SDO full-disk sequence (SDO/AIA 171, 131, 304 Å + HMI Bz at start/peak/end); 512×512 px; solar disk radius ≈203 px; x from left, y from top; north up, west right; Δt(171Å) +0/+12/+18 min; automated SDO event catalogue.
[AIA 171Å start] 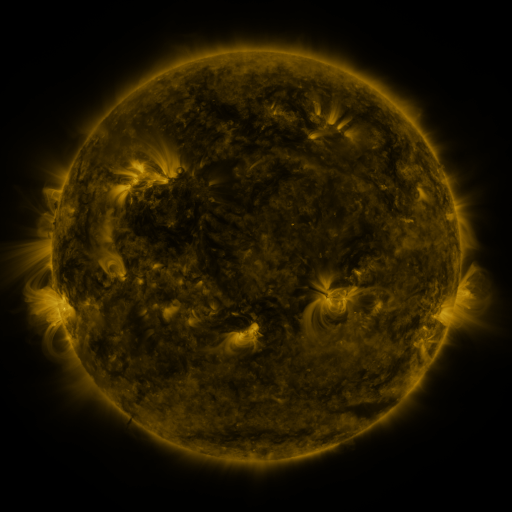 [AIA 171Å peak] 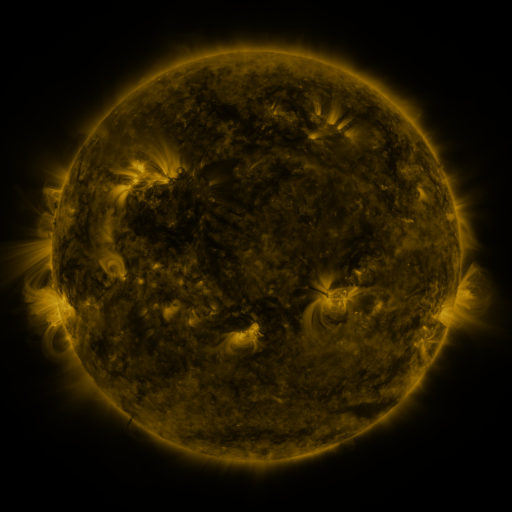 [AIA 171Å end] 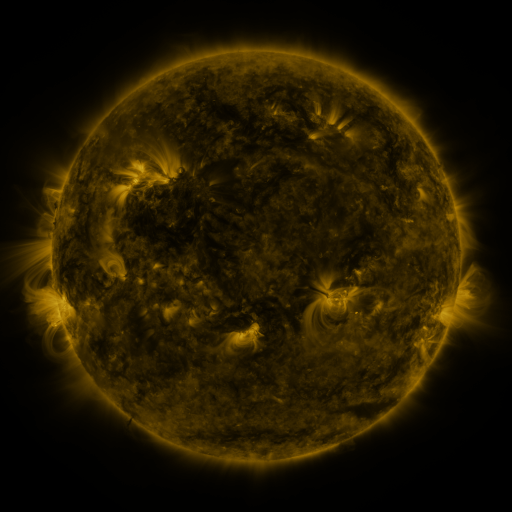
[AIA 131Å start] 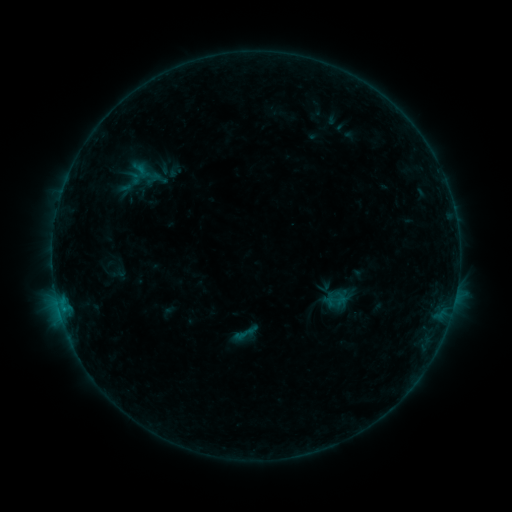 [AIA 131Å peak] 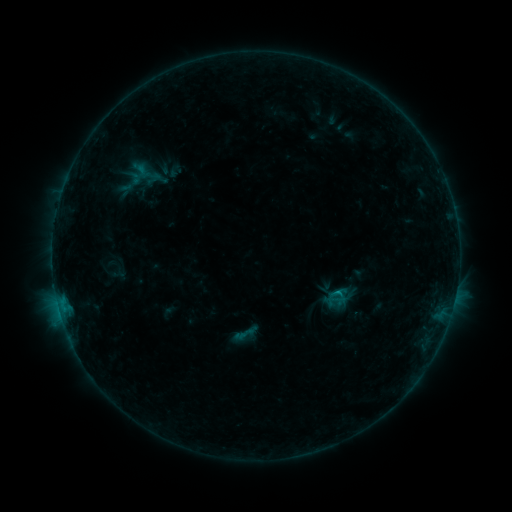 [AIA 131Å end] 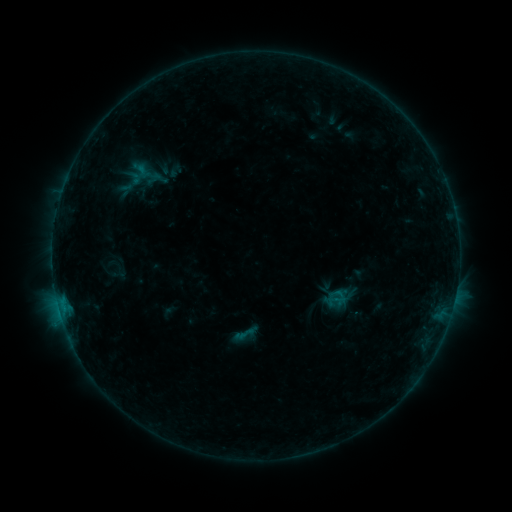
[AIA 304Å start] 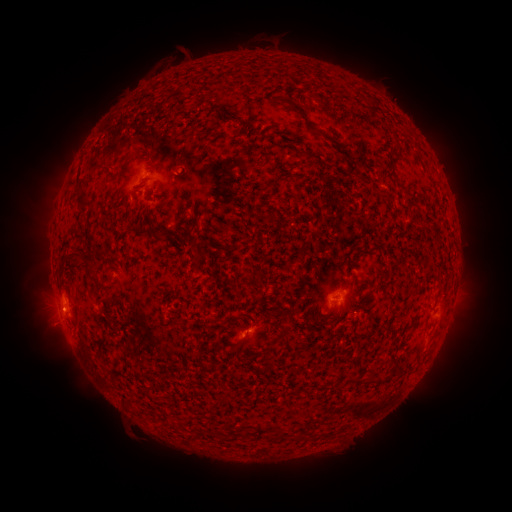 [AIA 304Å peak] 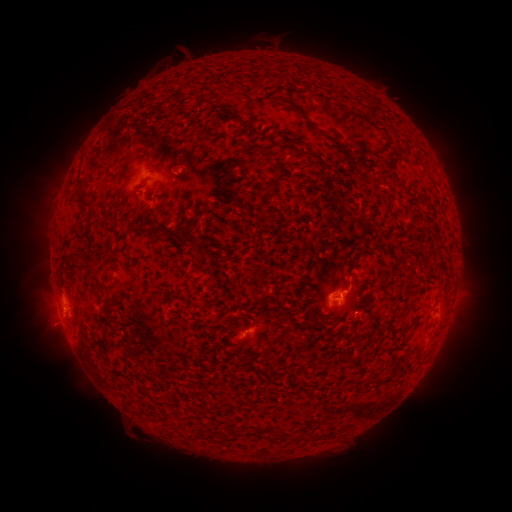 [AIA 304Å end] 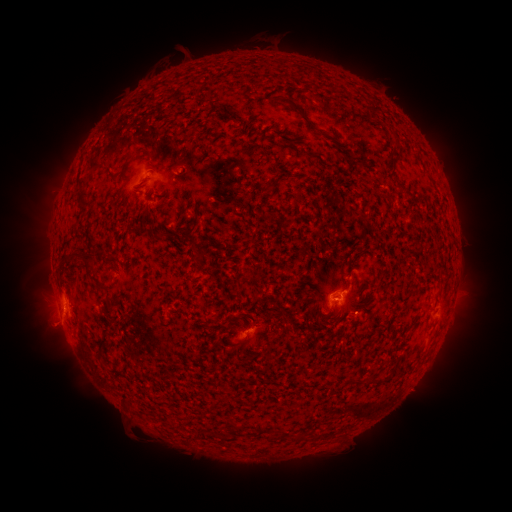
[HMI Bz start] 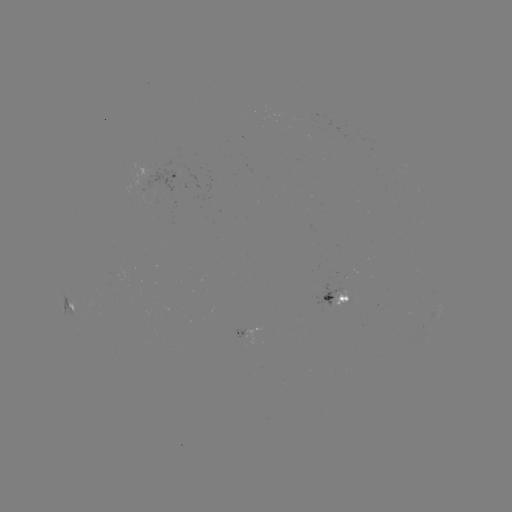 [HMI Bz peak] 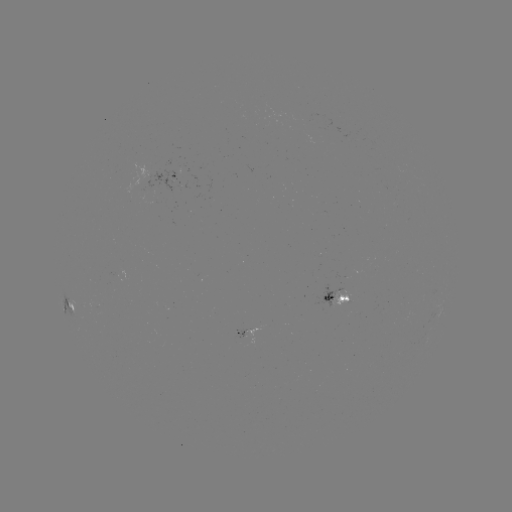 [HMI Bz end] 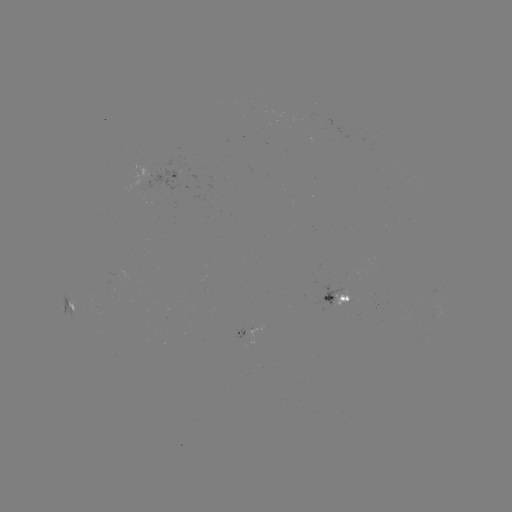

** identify B5.4 flare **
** (338, 289) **